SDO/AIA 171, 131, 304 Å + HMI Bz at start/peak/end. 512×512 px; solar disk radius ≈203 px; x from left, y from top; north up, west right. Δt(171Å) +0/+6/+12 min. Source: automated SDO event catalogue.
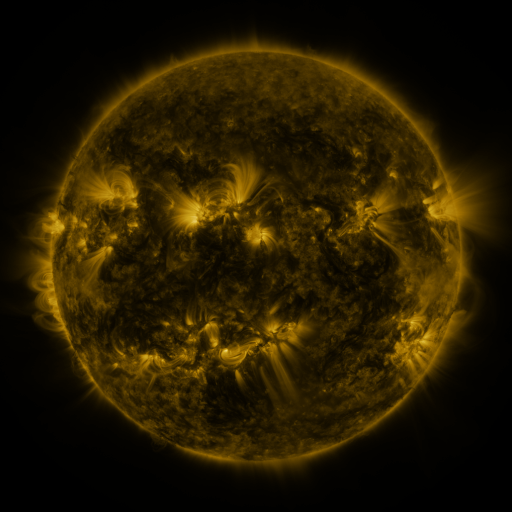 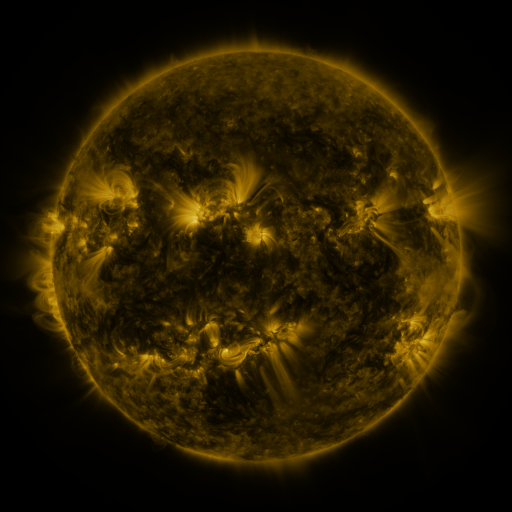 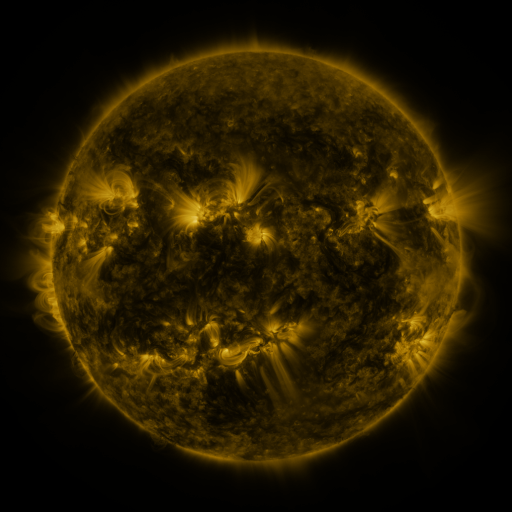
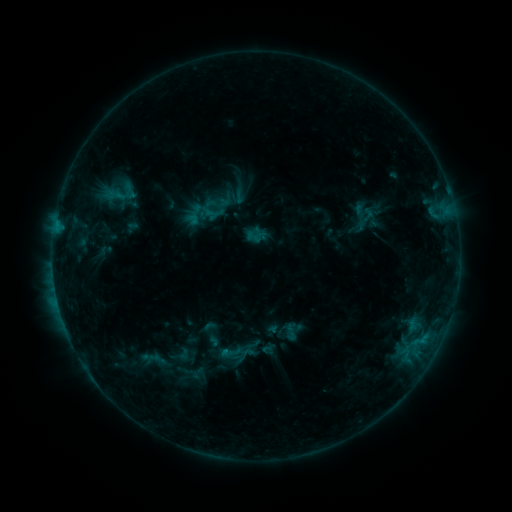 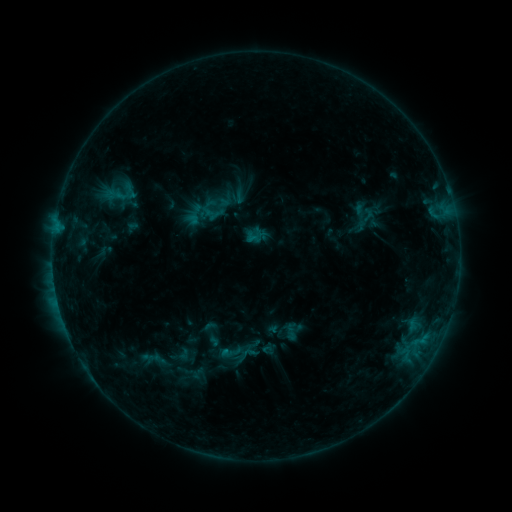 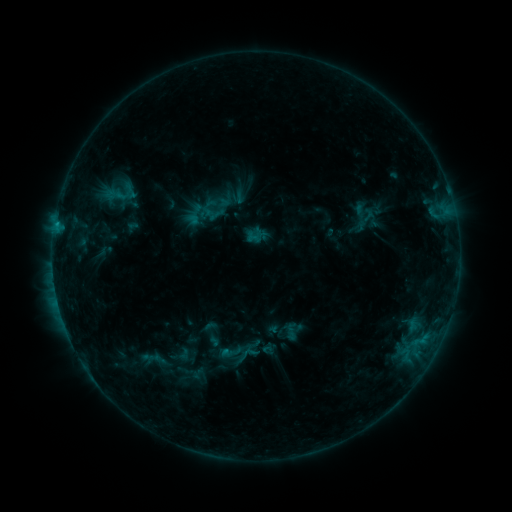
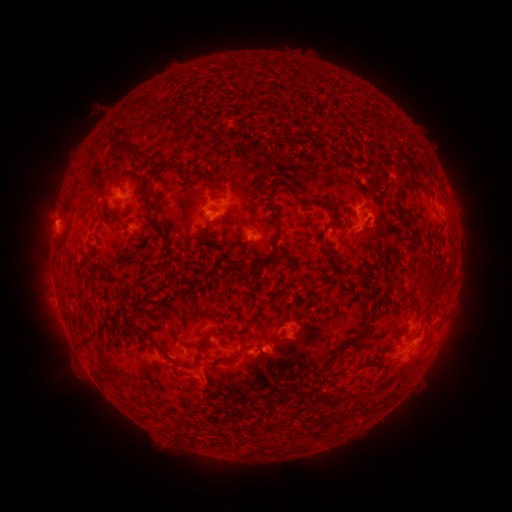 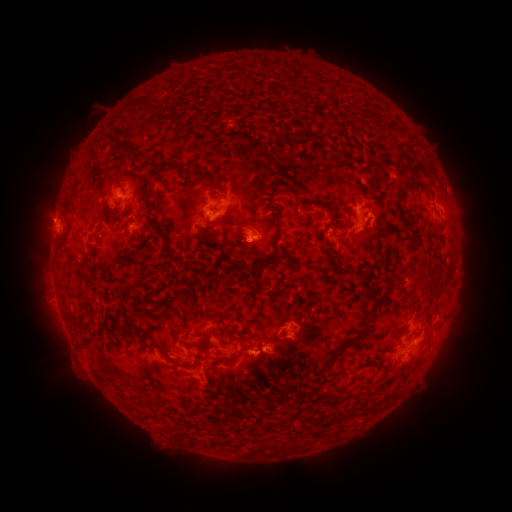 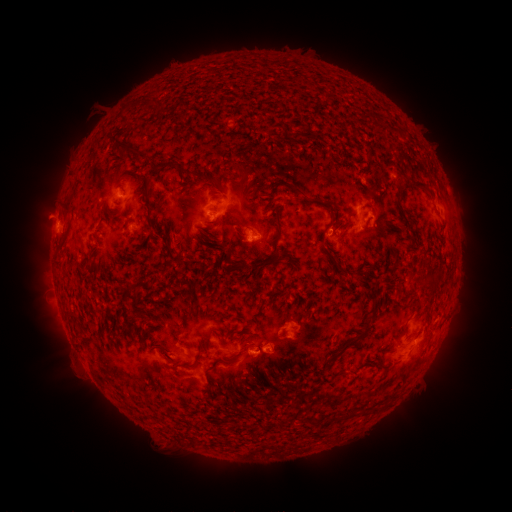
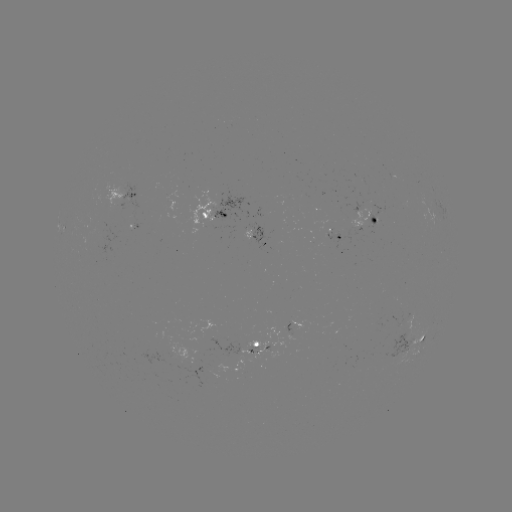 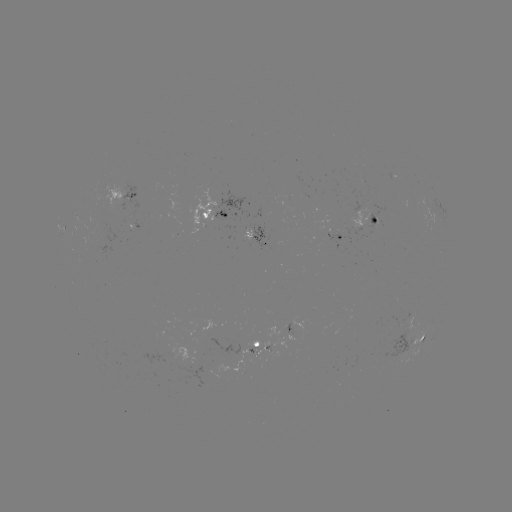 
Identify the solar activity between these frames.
eruption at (46, 216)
